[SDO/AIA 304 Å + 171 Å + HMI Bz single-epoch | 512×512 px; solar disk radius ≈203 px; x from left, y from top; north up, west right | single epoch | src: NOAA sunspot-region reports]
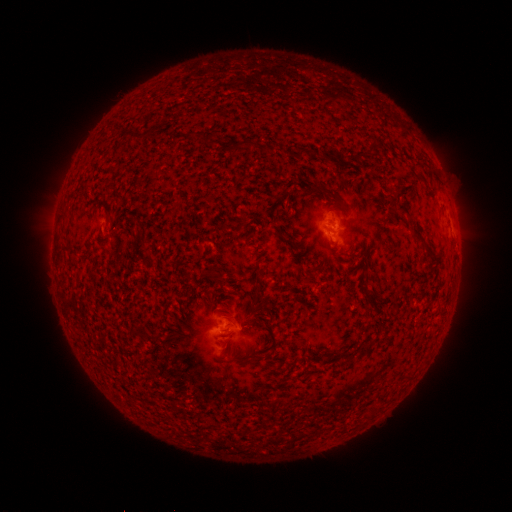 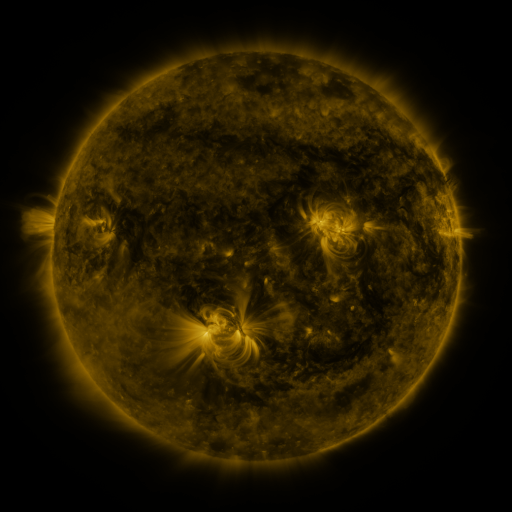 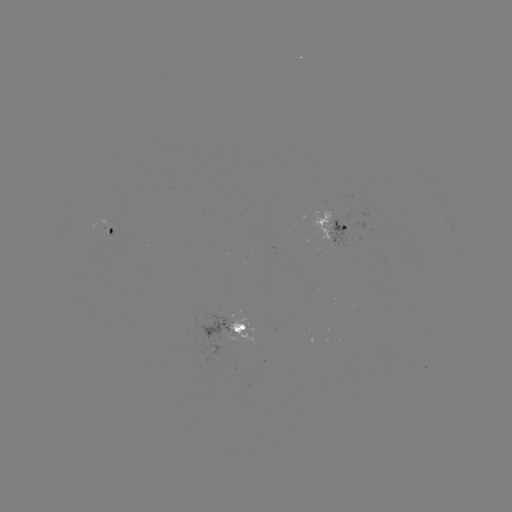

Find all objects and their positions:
spotted active region: (110, 228)
spotted active region: (336, 230)
spotted active region: (235, 329)
